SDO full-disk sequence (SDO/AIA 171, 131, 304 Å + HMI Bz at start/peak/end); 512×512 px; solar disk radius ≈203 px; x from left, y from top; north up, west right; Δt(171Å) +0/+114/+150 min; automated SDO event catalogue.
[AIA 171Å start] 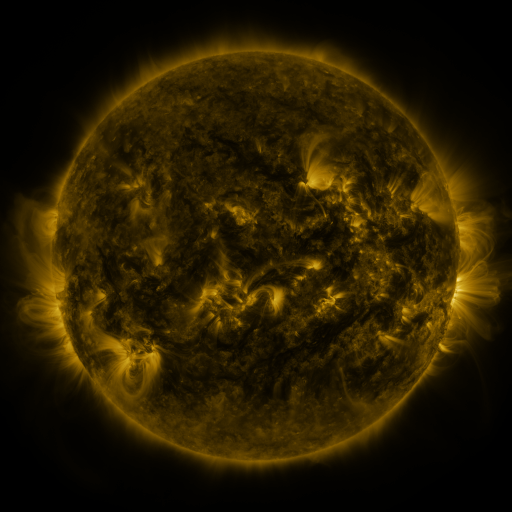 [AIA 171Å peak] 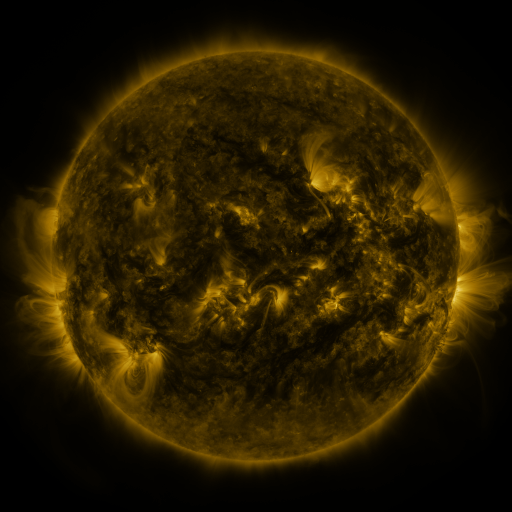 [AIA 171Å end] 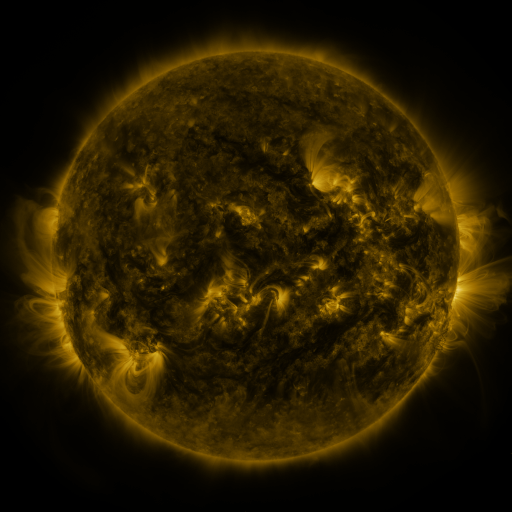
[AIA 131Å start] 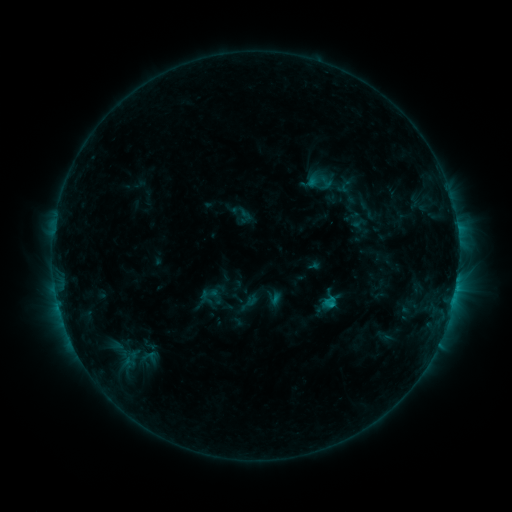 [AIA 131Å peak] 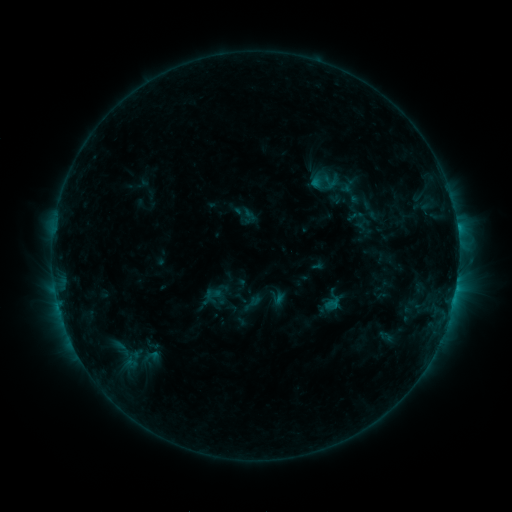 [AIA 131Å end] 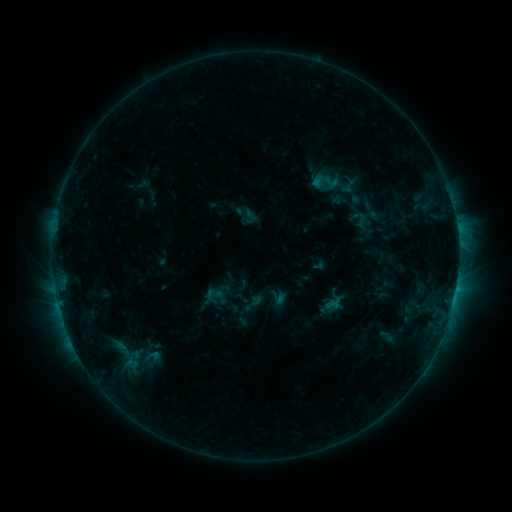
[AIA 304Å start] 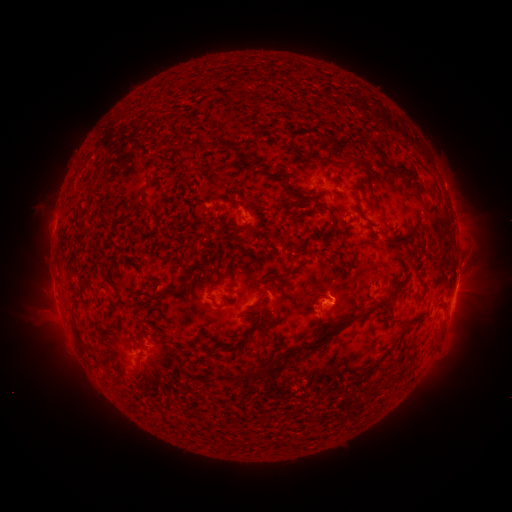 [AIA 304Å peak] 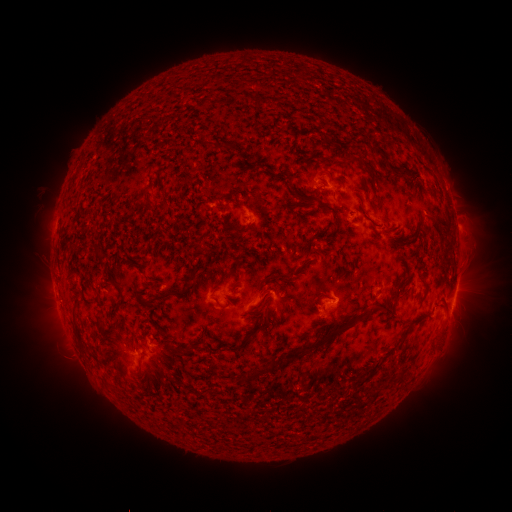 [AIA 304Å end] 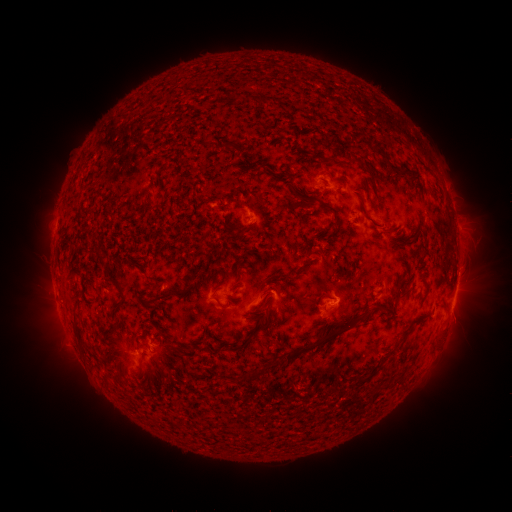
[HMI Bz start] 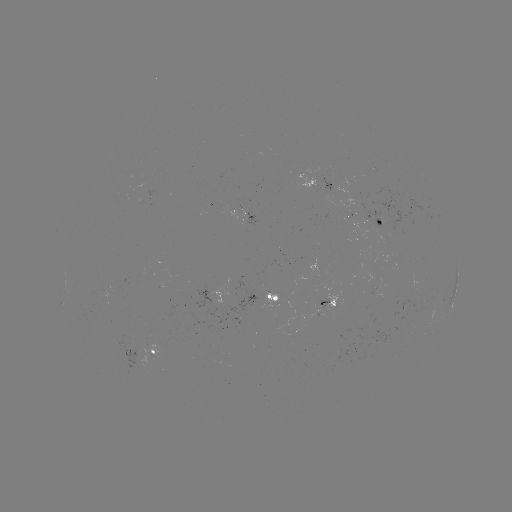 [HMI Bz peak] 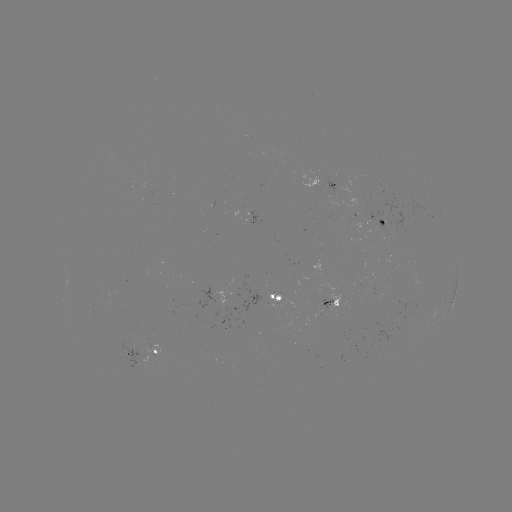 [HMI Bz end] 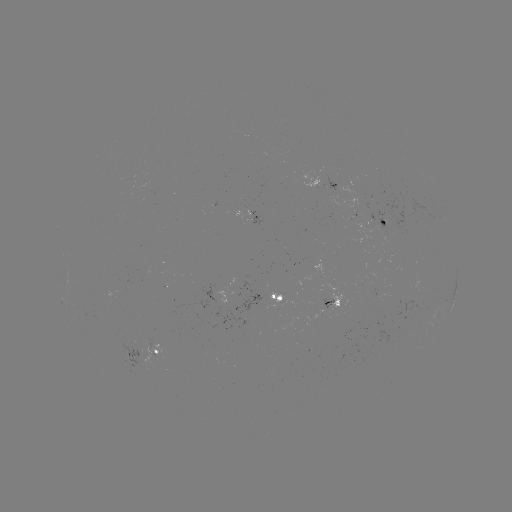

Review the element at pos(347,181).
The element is emerging-flux region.